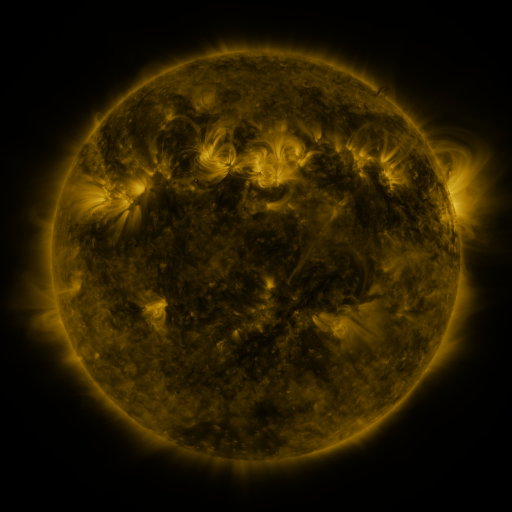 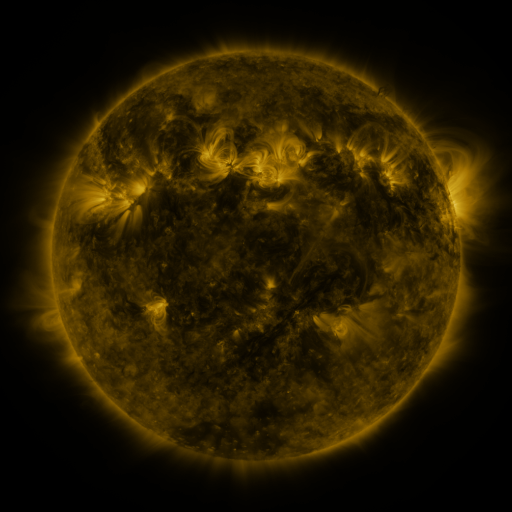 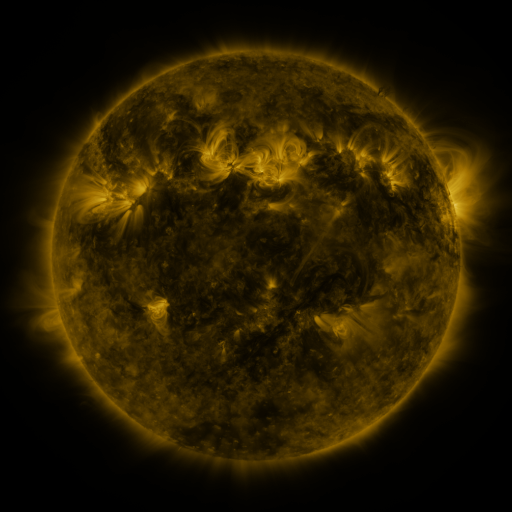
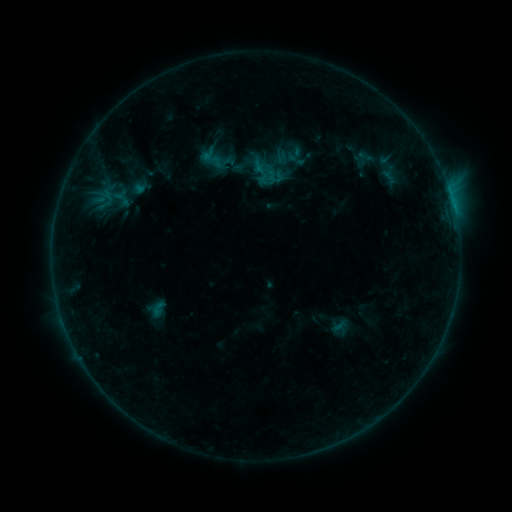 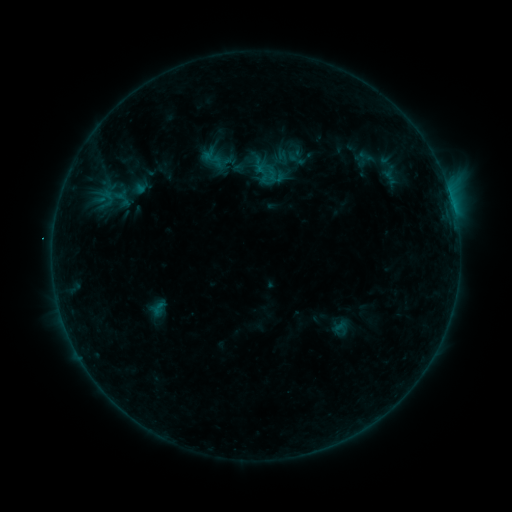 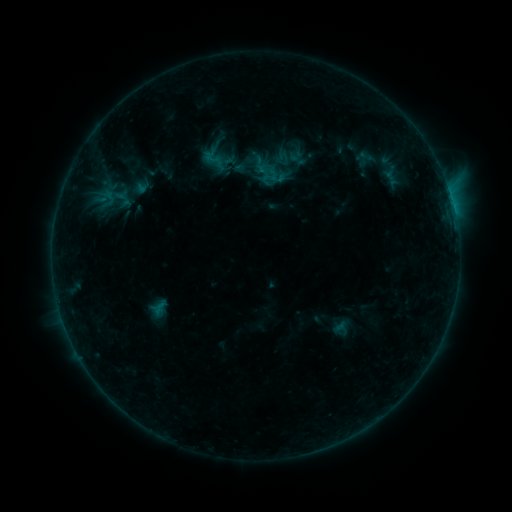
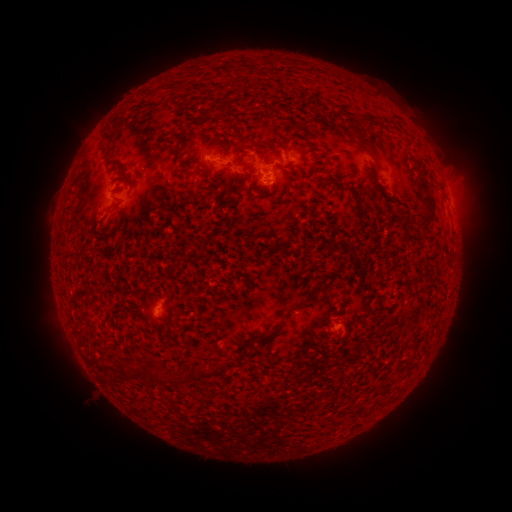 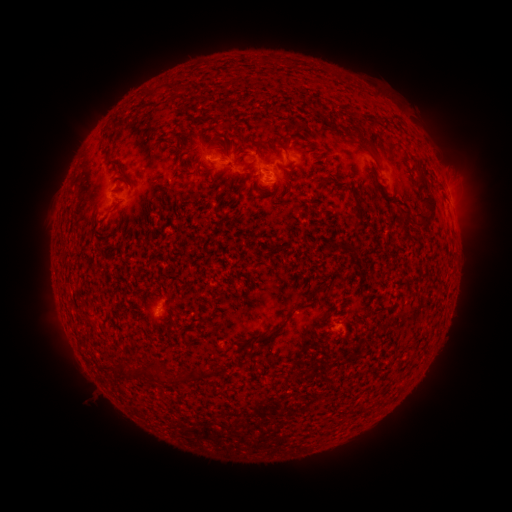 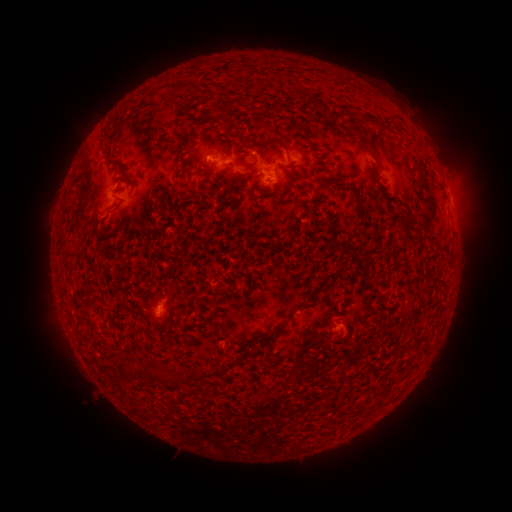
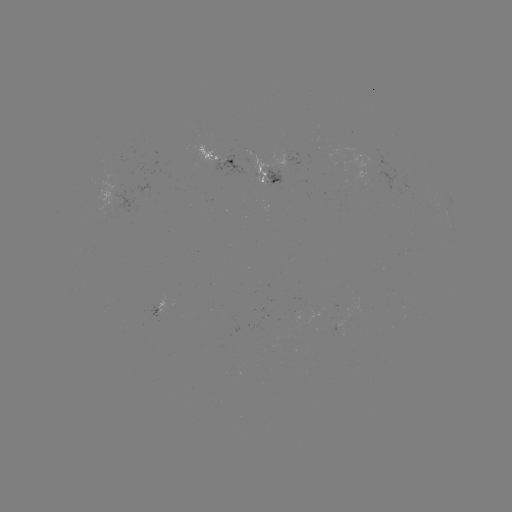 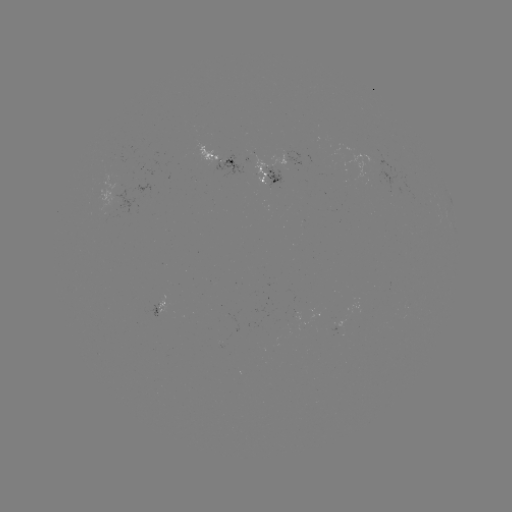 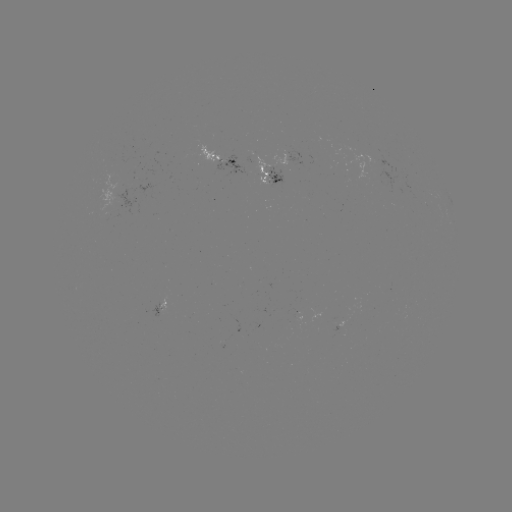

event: emerging-flux region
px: (226, 162)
